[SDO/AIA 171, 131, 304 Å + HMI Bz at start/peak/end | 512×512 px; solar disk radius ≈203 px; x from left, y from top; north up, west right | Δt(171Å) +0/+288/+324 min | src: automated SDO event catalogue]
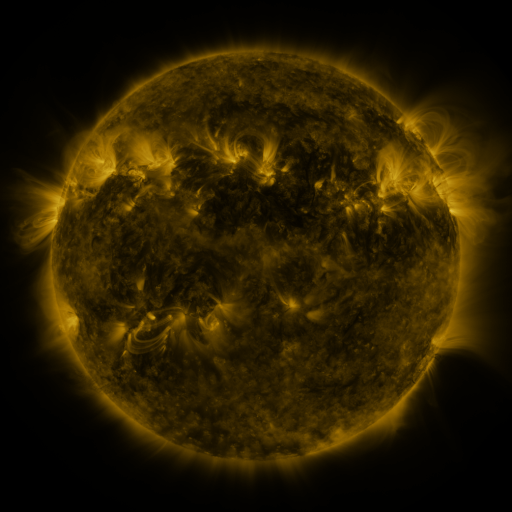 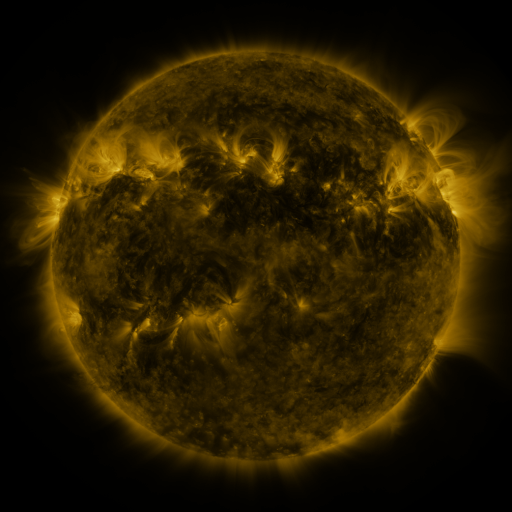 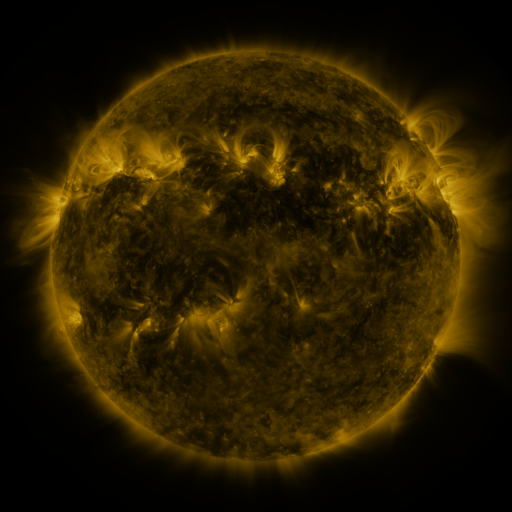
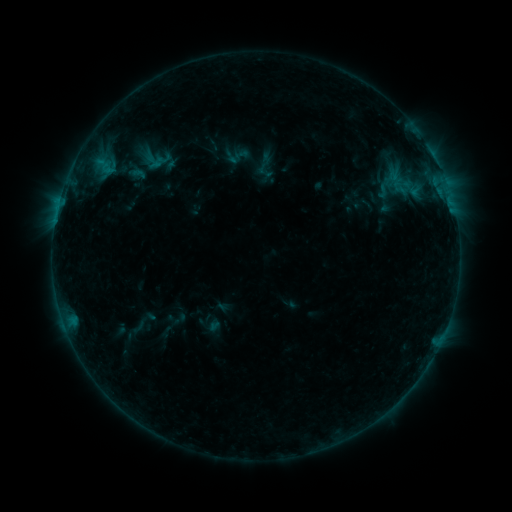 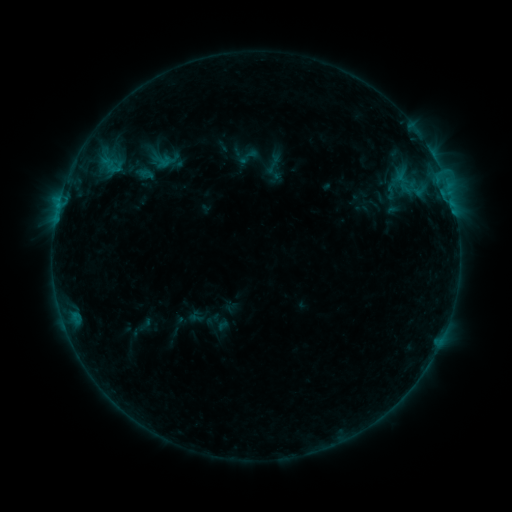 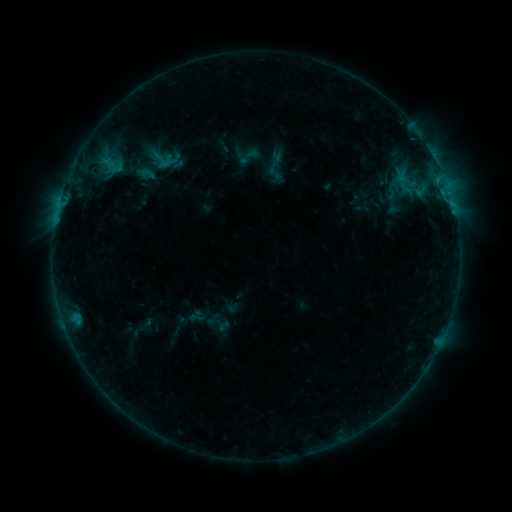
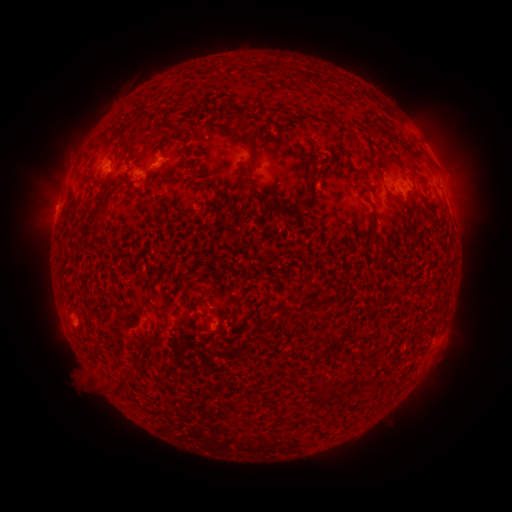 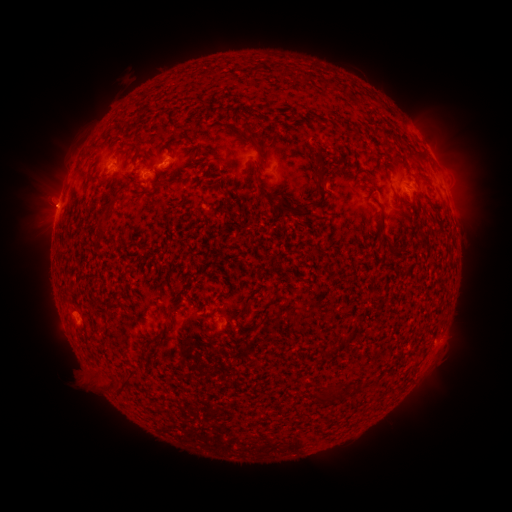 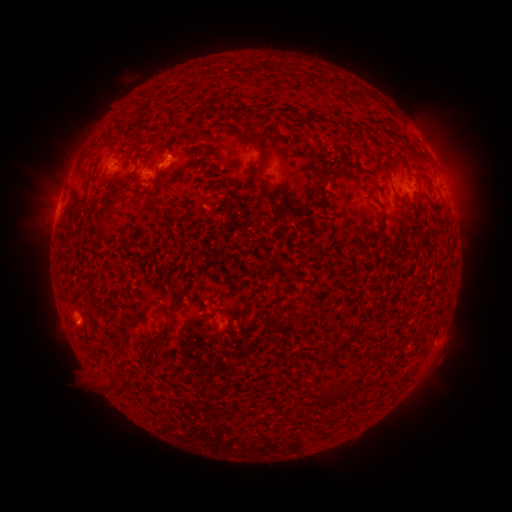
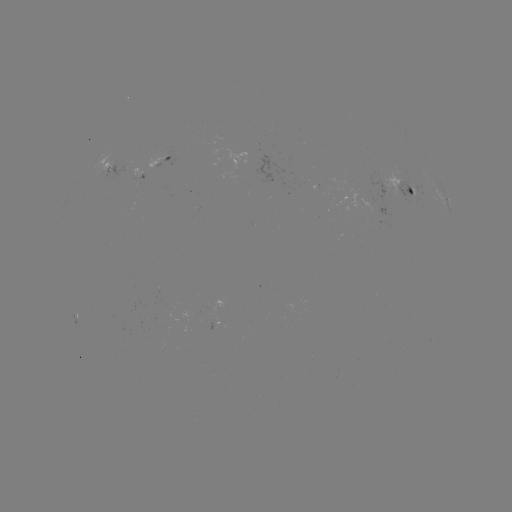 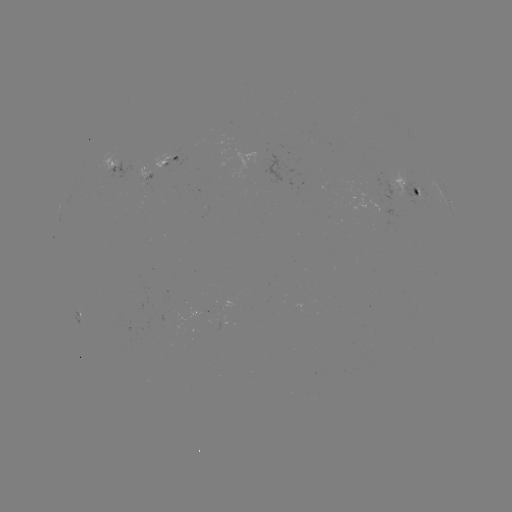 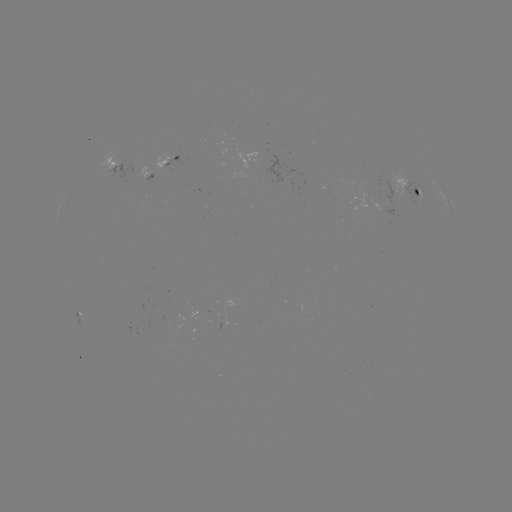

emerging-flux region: <bbox>142, 172, 152, 181</bbox>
